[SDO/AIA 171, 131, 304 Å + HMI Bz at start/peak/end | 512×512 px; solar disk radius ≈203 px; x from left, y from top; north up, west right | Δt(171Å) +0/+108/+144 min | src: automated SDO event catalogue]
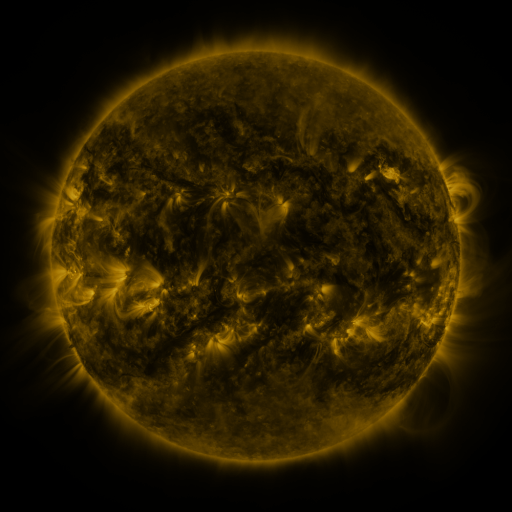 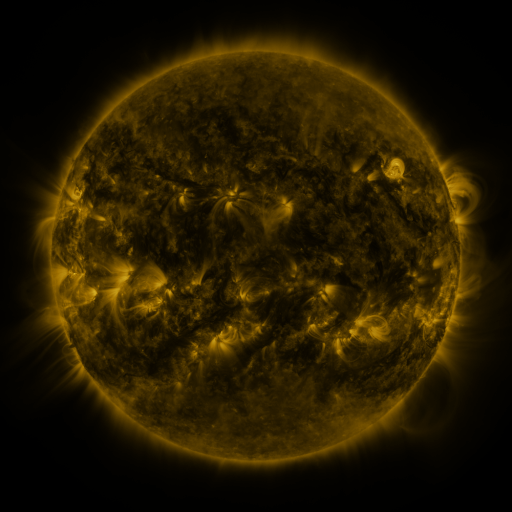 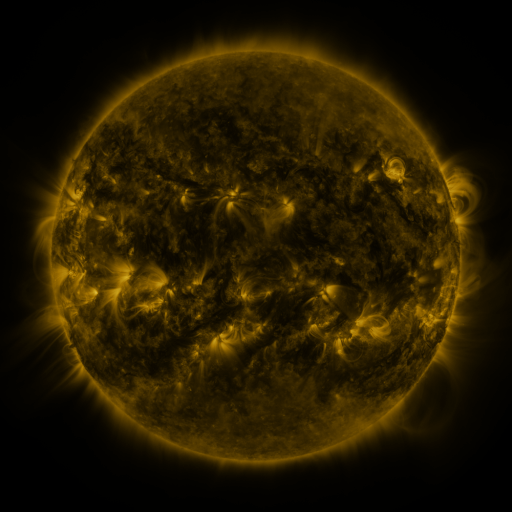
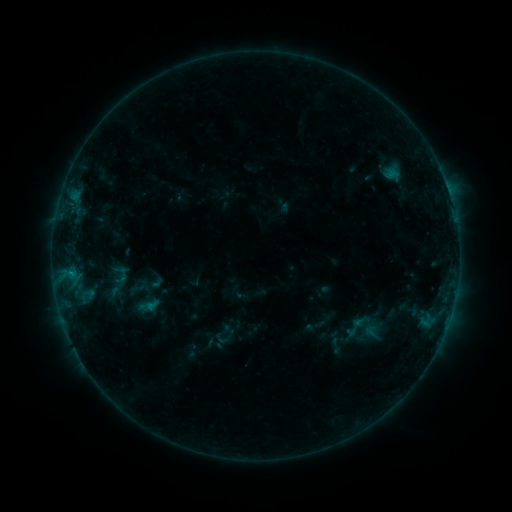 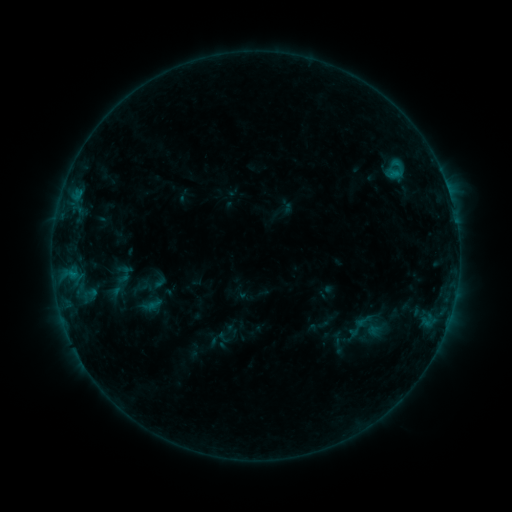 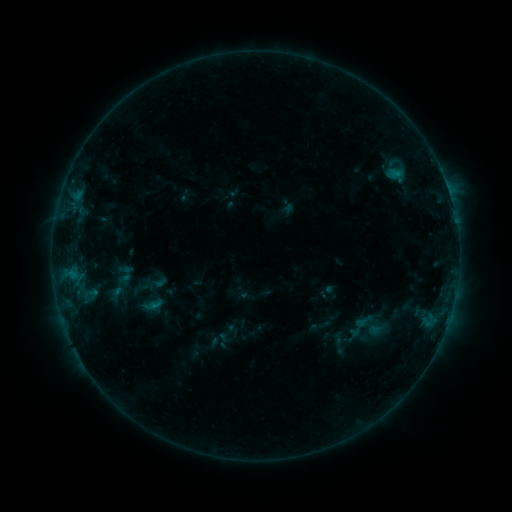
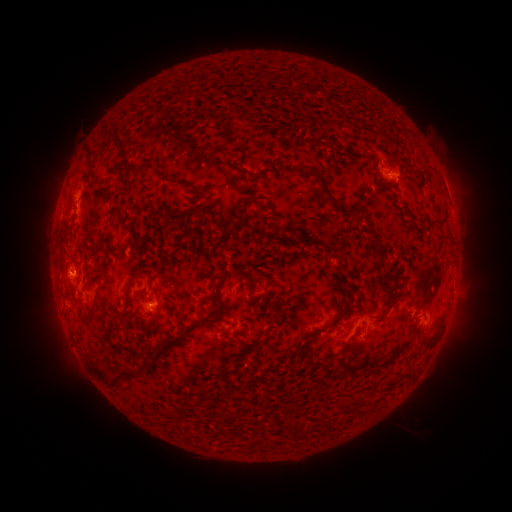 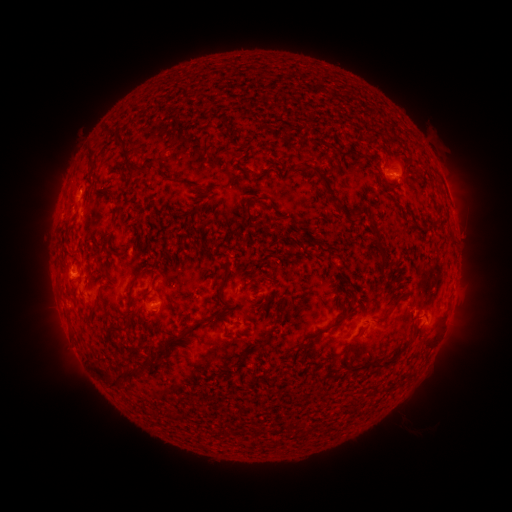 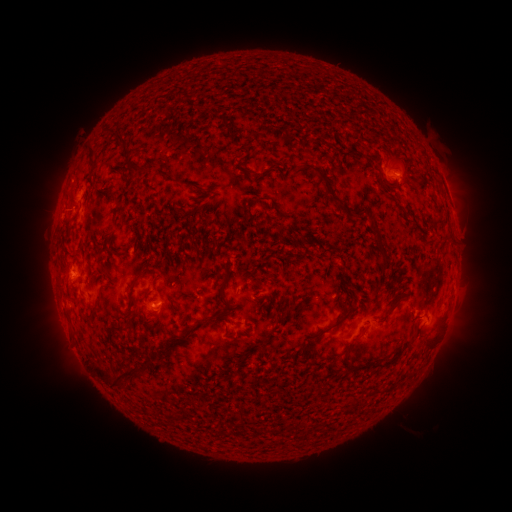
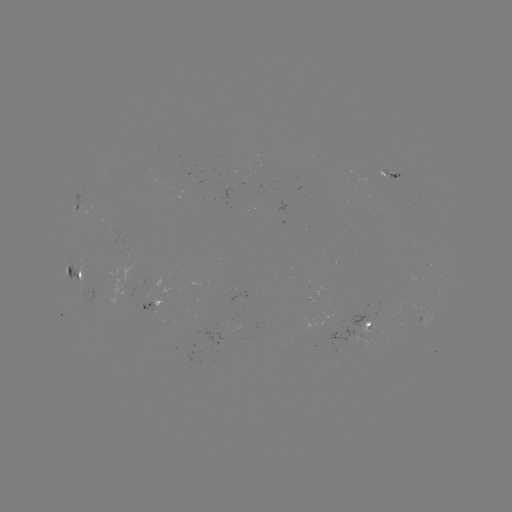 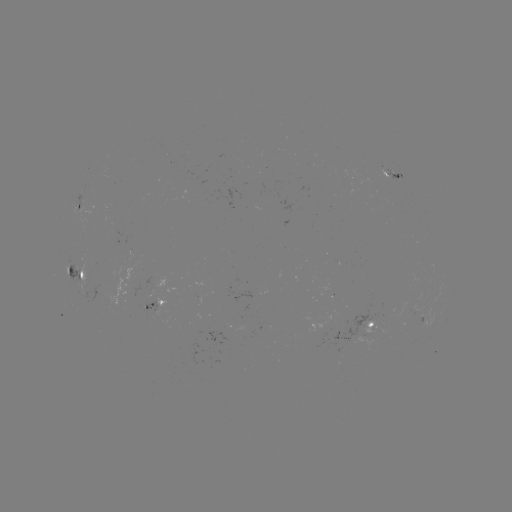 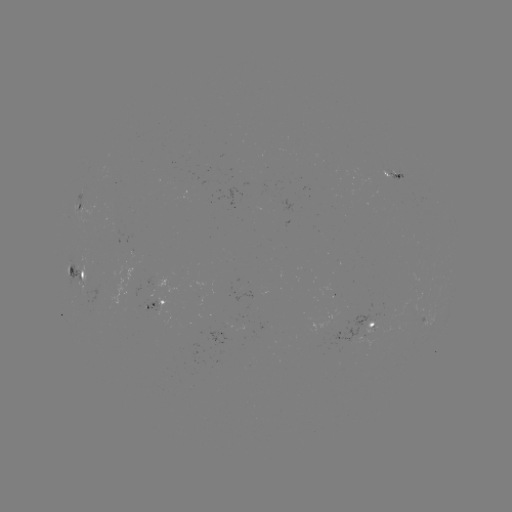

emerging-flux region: [195, 295, 202, 306]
